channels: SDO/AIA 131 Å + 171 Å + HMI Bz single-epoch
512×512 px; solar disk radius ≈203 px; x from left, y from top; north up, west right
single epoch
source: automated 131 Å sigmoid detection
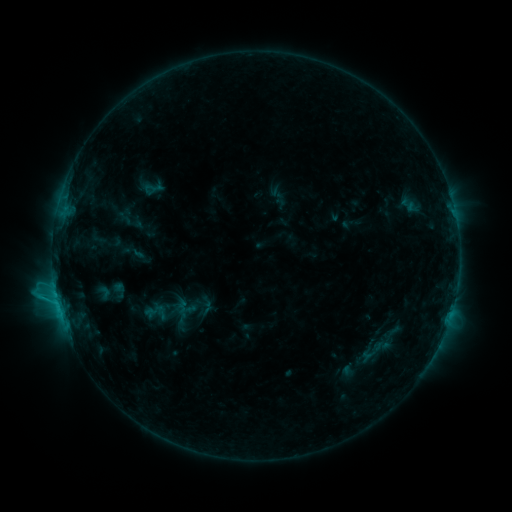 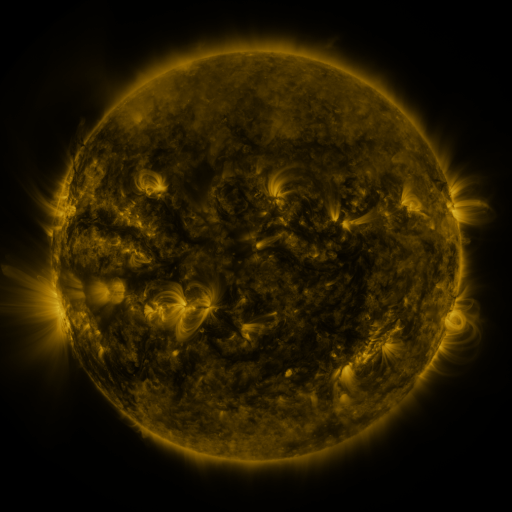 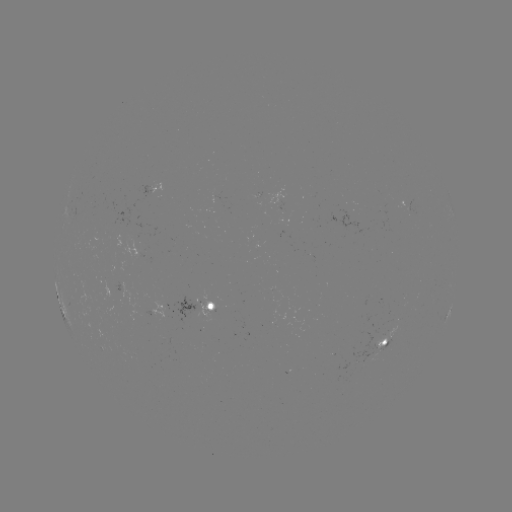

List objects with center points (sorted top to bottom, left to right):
sigmoid: (139, 297, 172, 328)
